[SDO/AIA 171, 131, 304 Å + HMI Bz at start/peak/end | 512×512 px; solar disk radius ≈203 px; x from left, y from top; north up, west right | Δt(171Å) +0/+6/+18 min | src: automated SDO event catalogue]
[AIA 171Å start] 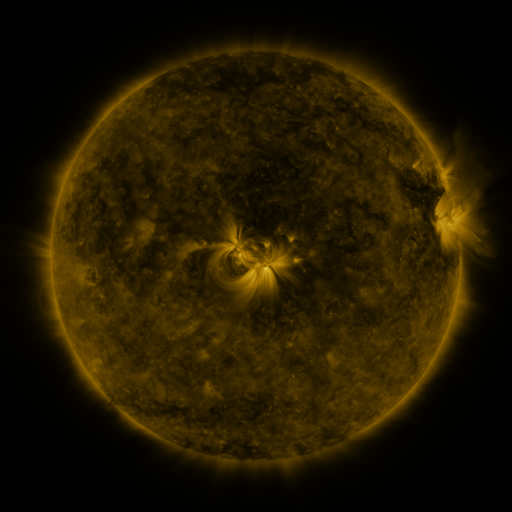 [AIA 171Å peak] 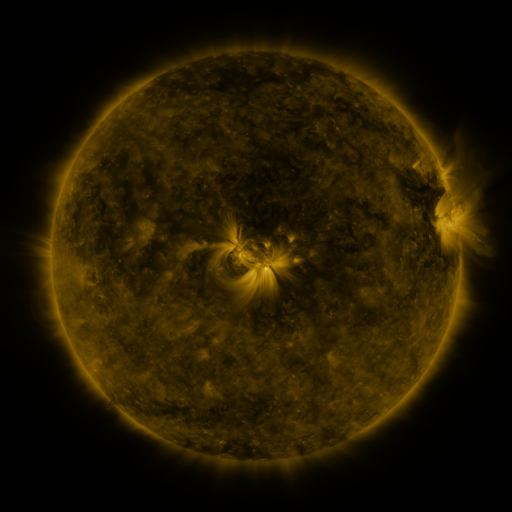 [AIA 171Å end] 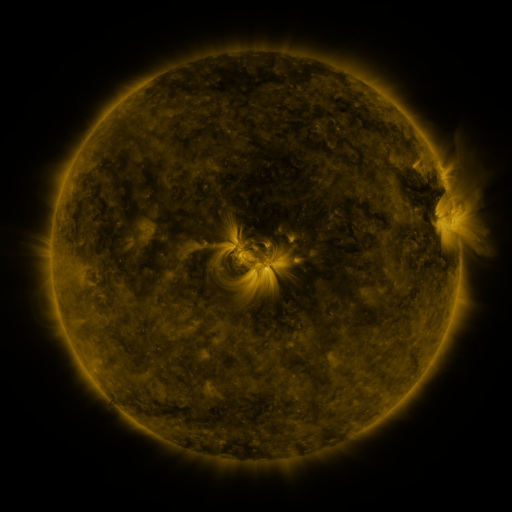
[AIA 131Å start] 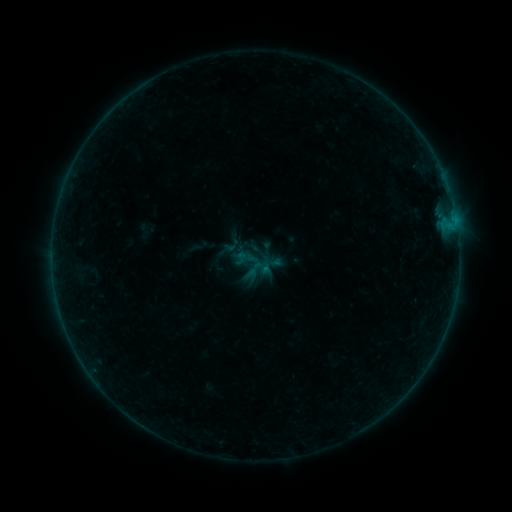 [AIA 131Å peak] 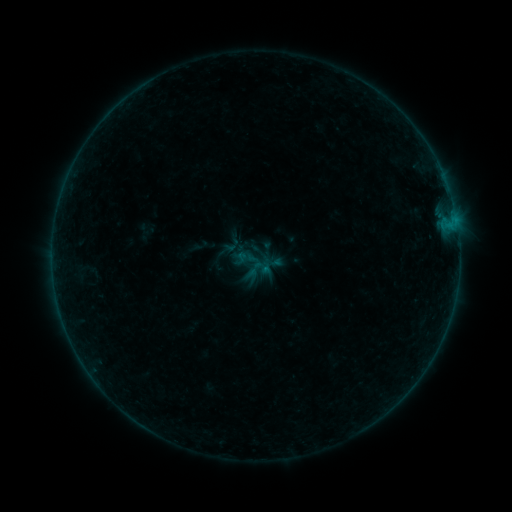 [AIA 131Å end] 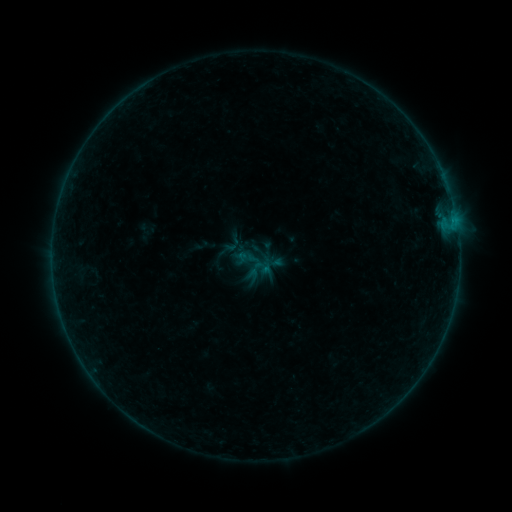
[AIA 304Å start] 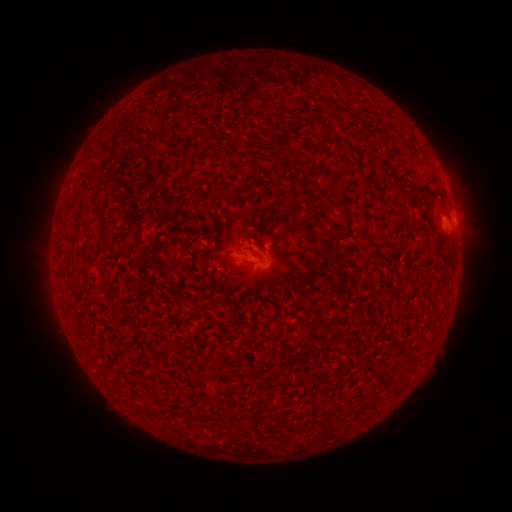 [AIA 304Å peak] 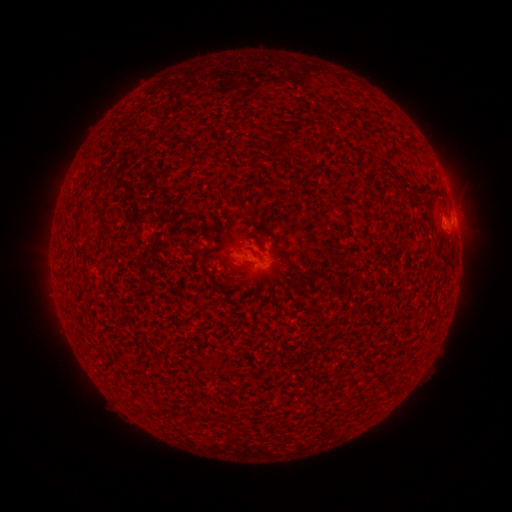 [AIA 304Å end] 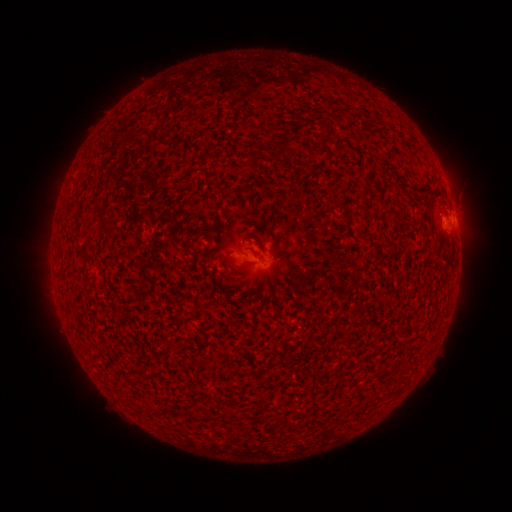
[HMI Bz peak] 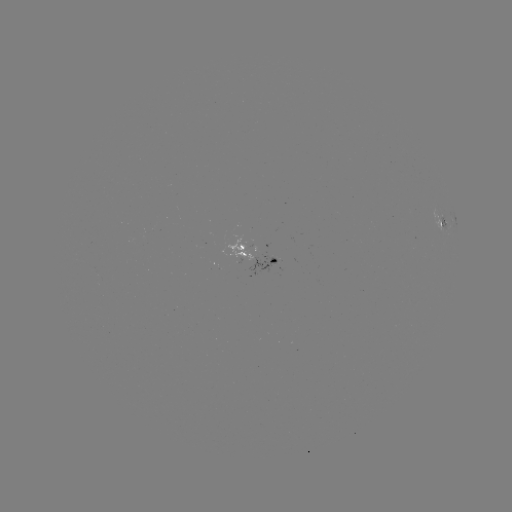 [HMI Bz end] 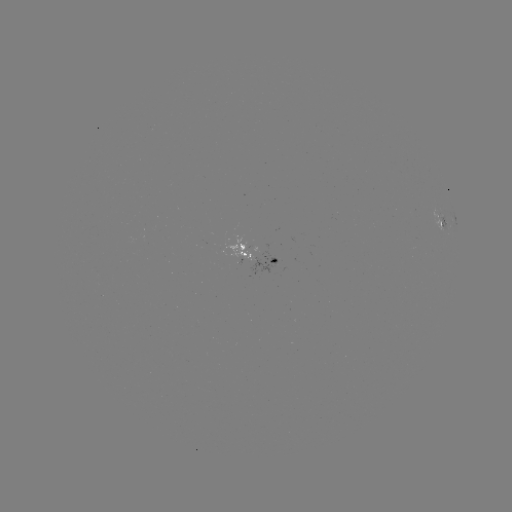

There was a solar flare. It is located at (452, 221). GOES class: B2.0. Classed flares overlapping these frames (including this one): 1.